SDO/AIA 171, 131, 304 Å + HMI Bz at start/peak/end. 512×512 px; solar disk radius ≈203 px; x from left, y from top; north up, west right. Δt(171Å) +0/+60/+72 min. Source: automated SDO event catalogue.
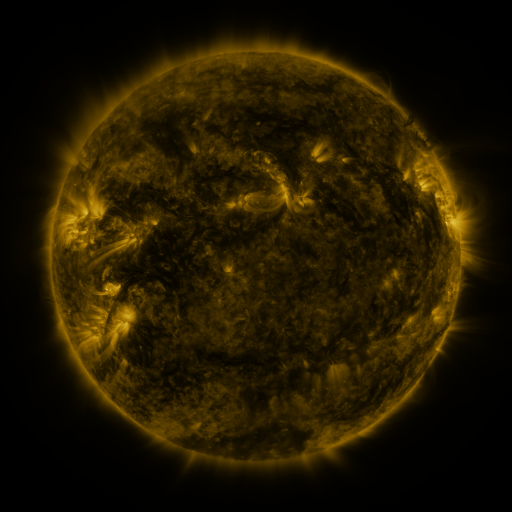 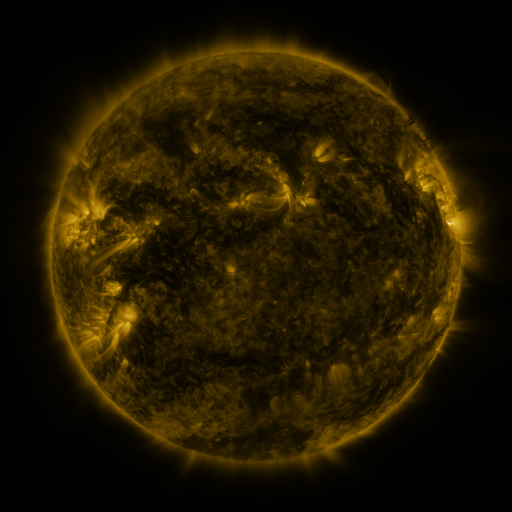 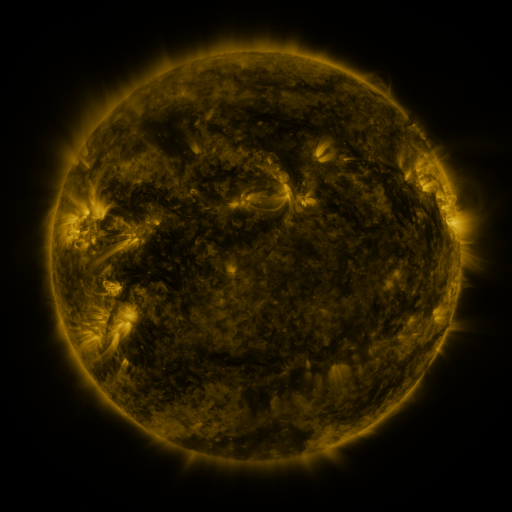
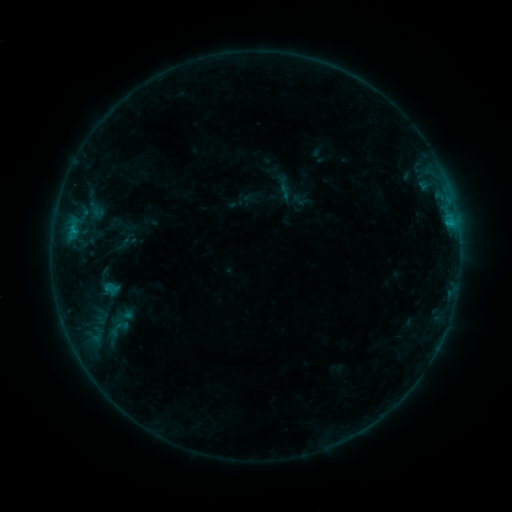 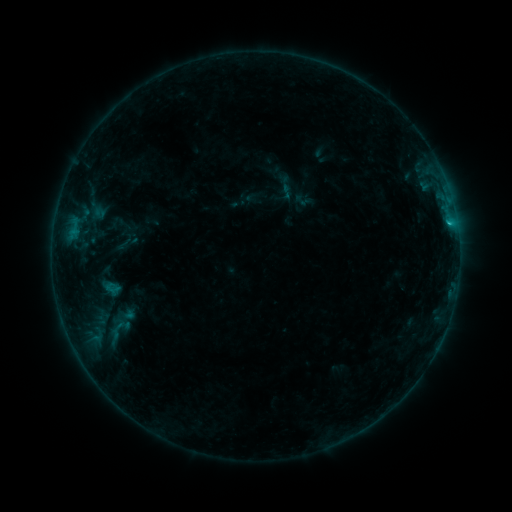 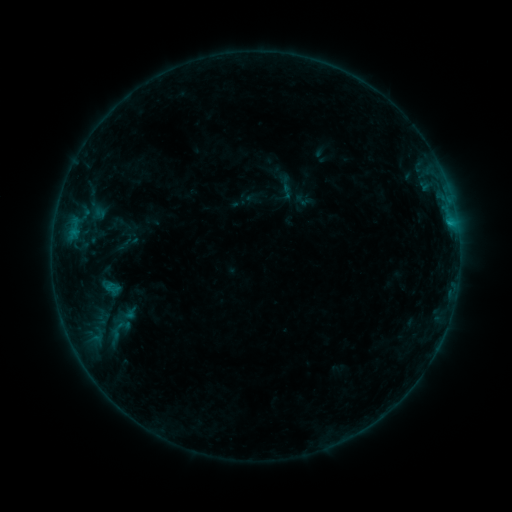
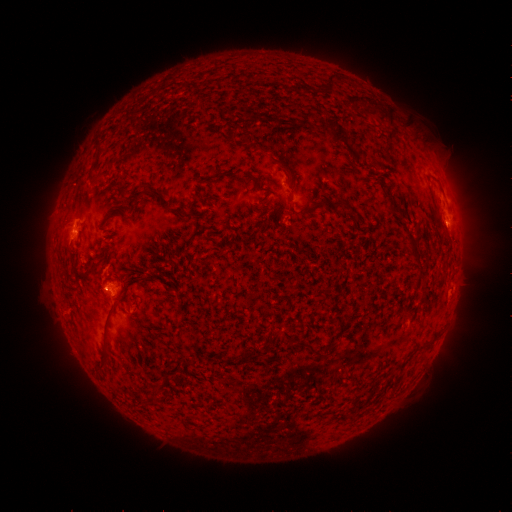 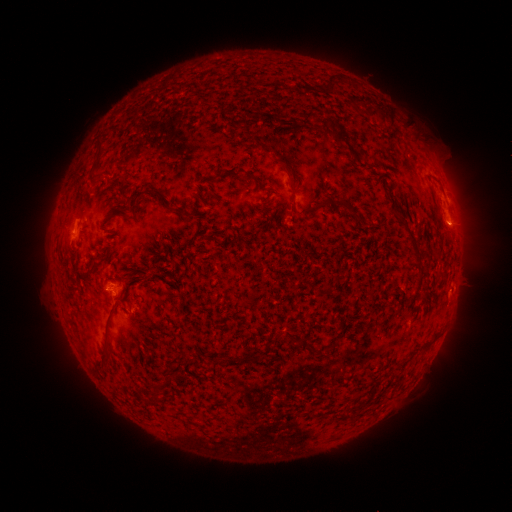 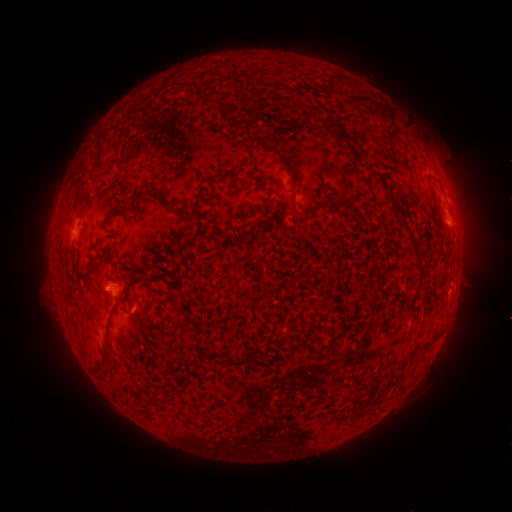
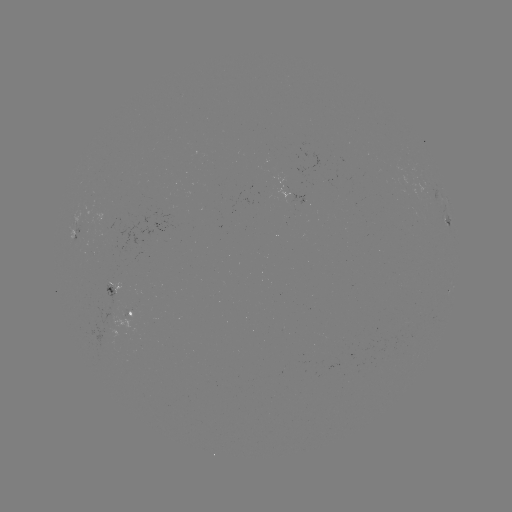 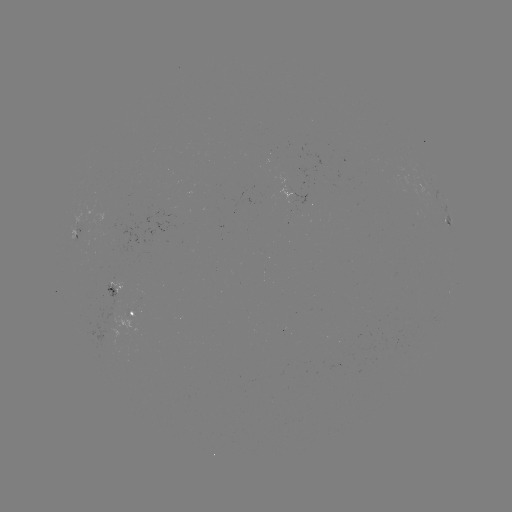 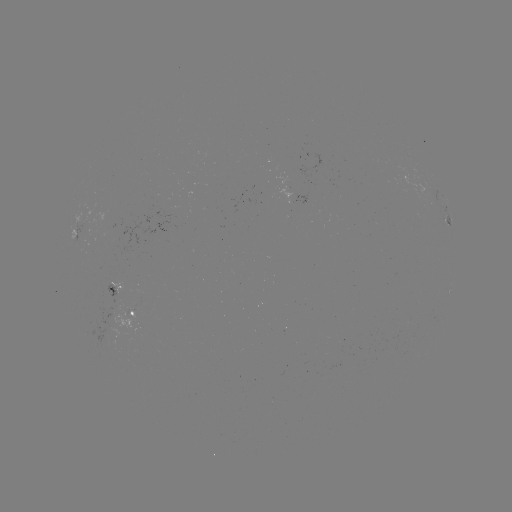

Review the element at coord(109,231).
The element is emerging-flux region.